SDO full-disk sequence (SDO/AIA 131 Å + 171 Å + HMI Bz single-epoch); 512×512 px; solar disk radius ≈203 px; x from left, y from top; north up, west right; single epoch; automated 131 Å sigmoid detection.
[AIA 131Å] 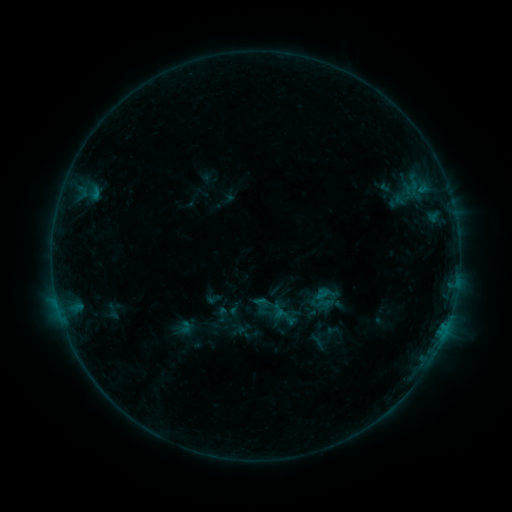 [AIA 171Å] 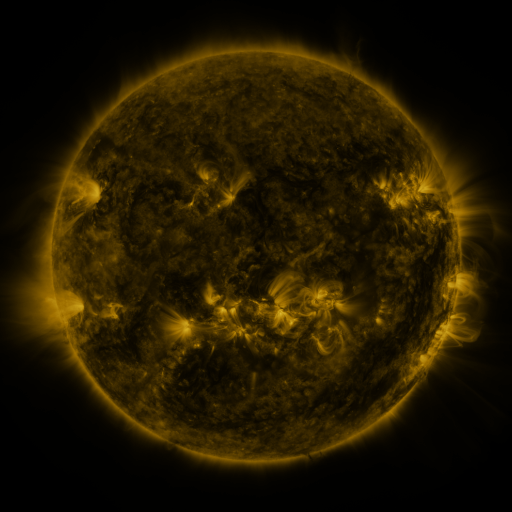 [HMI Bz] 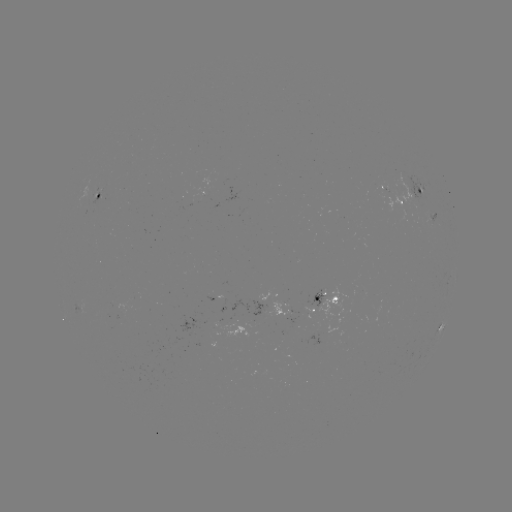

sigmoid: (253, 291, 276, 314)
